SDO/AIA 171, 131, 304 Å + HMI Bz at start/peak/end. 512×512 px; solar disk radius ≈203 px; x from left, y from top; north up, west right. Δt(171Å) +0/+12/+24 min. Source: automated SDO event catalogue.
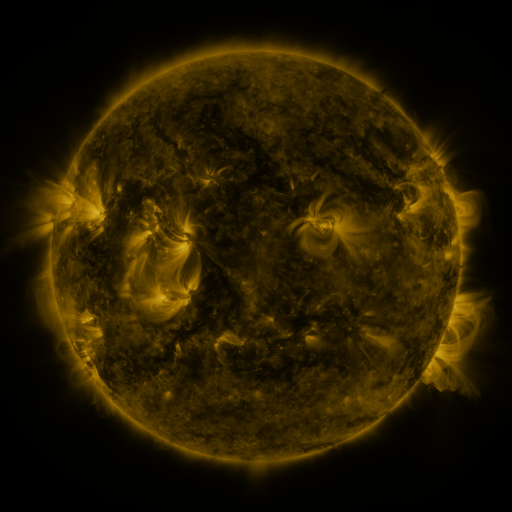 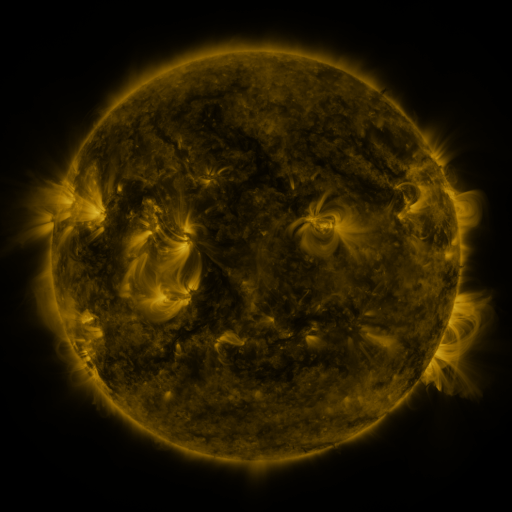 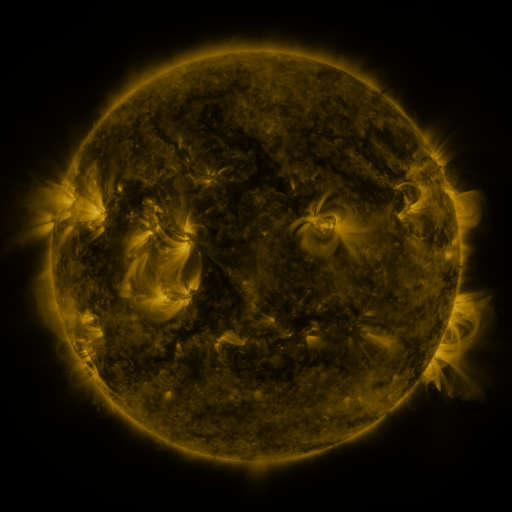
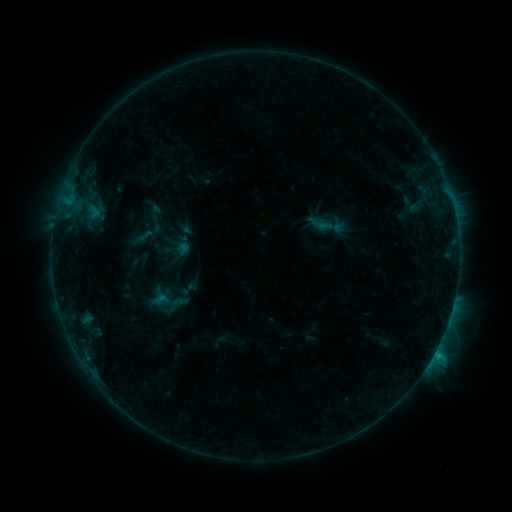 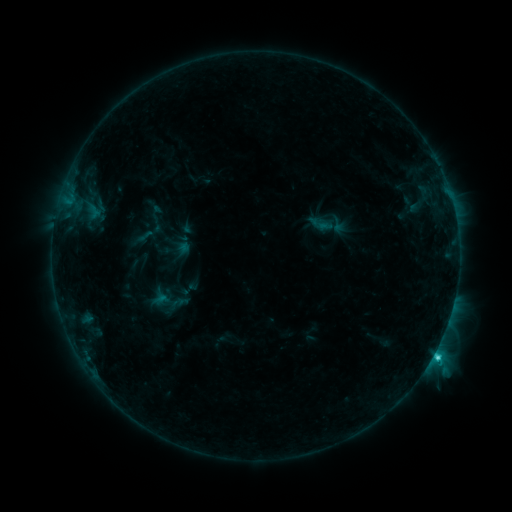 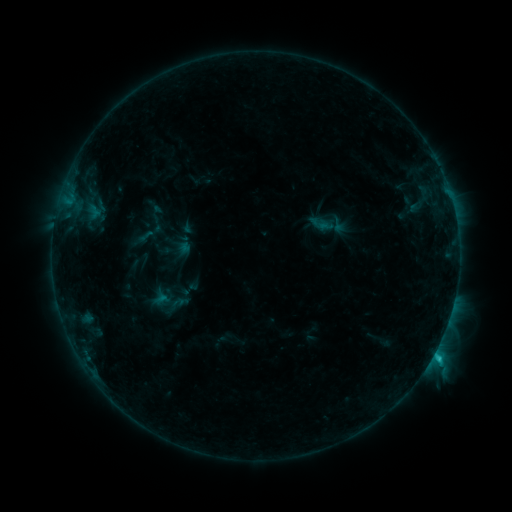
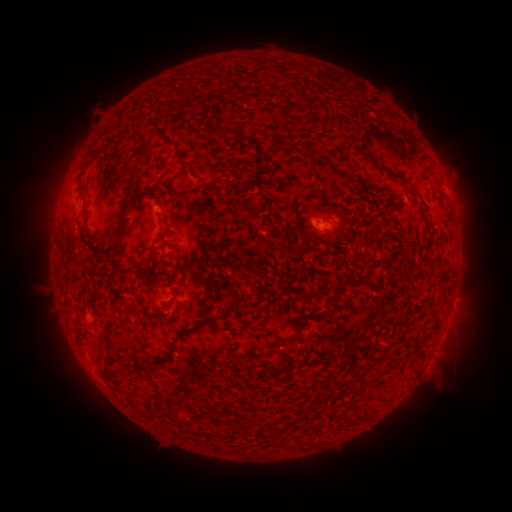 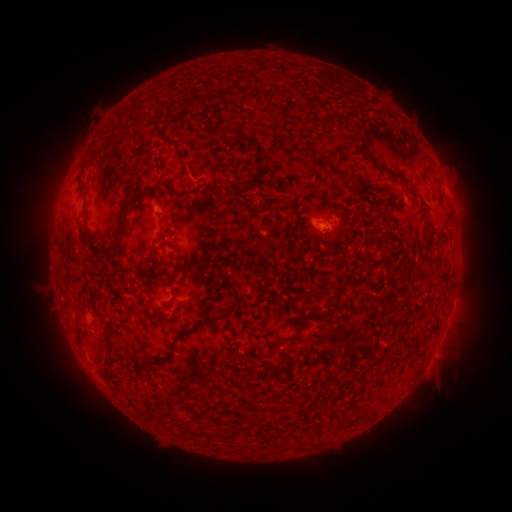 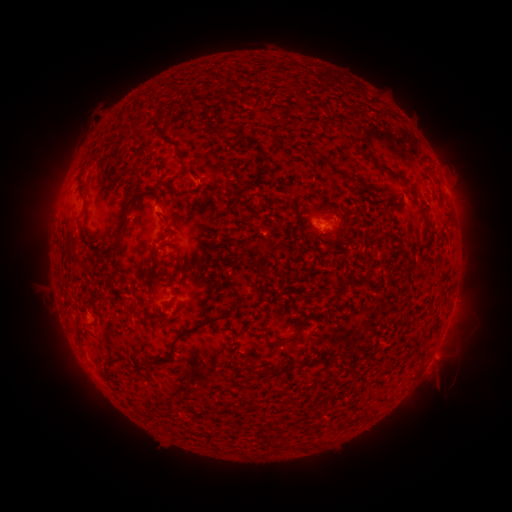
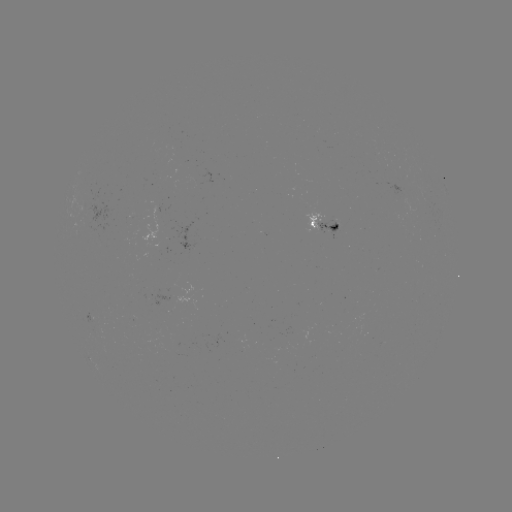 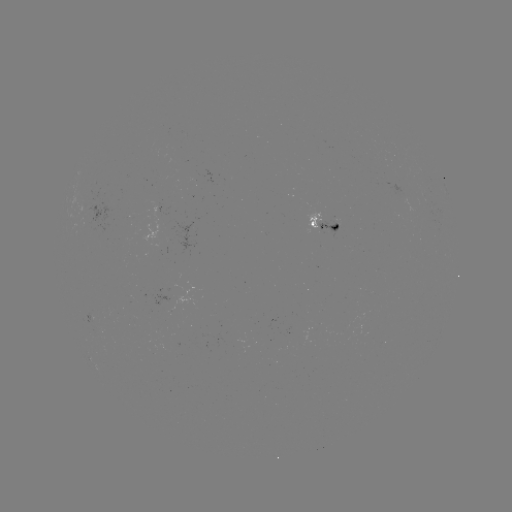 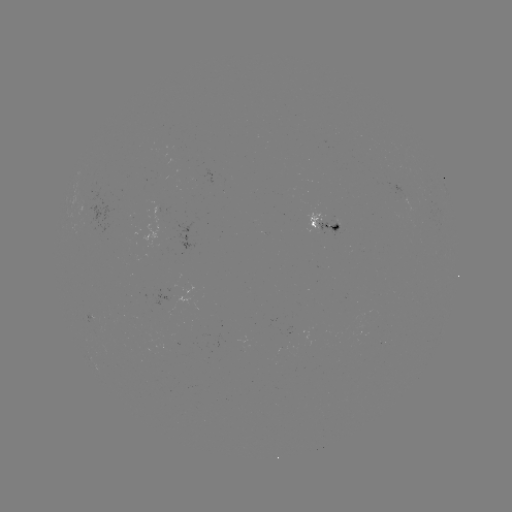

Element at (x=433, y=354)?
C1.7 flare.